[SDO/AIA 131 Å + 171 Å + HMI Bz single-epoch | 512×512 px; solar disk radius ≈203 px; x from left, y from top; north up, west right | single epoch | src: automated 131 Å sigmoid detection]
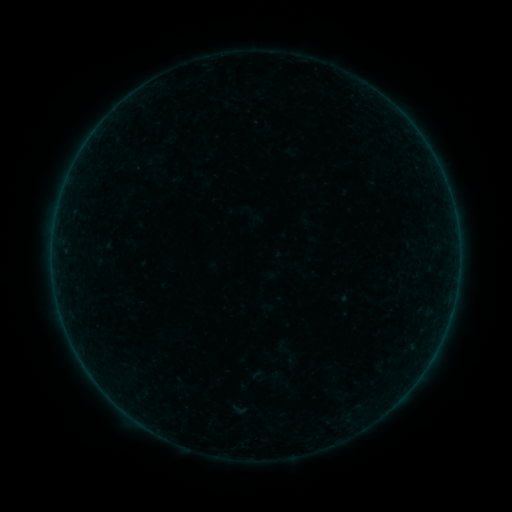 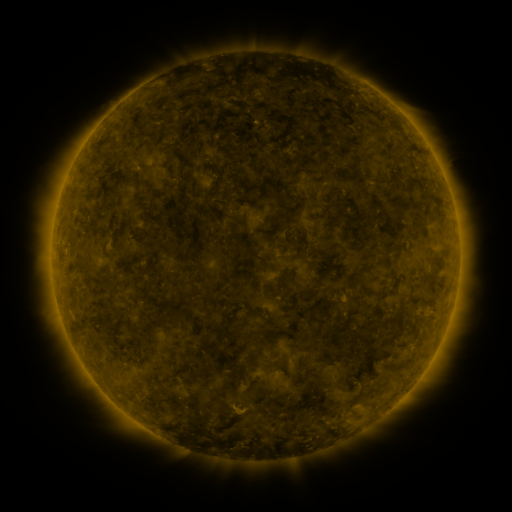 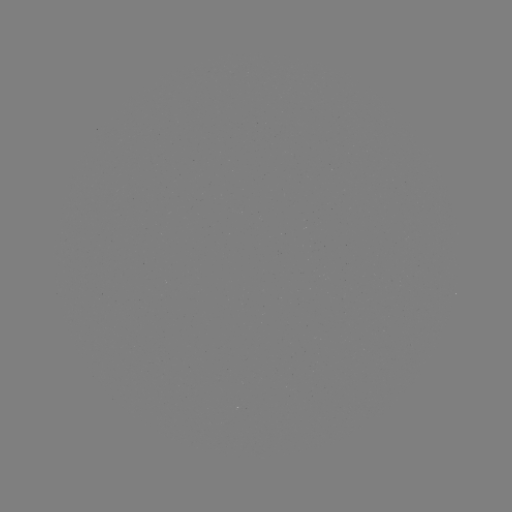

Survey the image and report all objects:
sigmoid: (239, 410)
